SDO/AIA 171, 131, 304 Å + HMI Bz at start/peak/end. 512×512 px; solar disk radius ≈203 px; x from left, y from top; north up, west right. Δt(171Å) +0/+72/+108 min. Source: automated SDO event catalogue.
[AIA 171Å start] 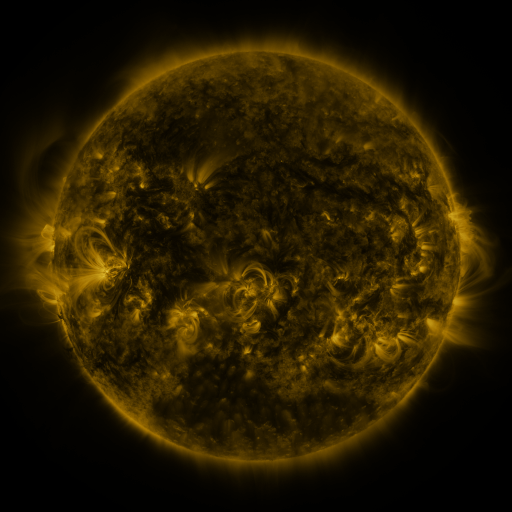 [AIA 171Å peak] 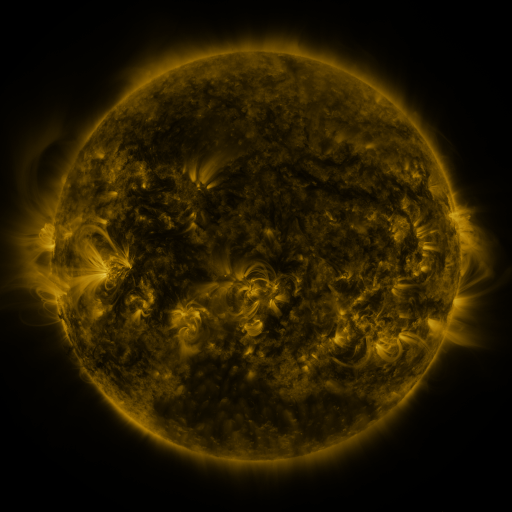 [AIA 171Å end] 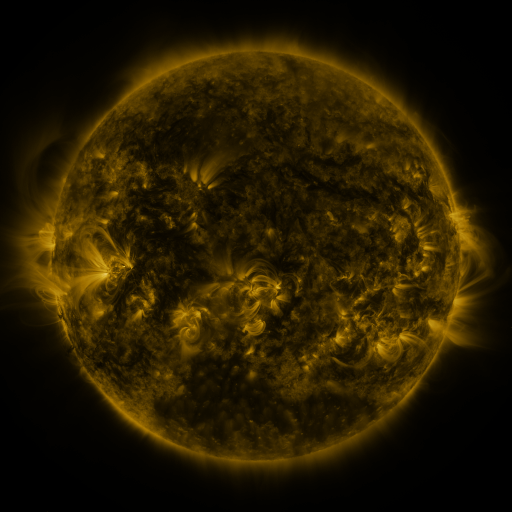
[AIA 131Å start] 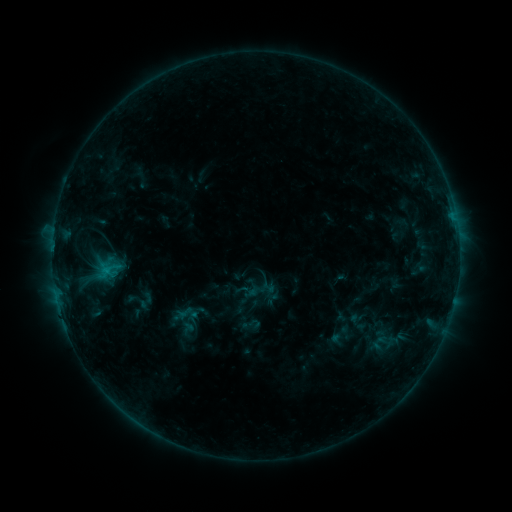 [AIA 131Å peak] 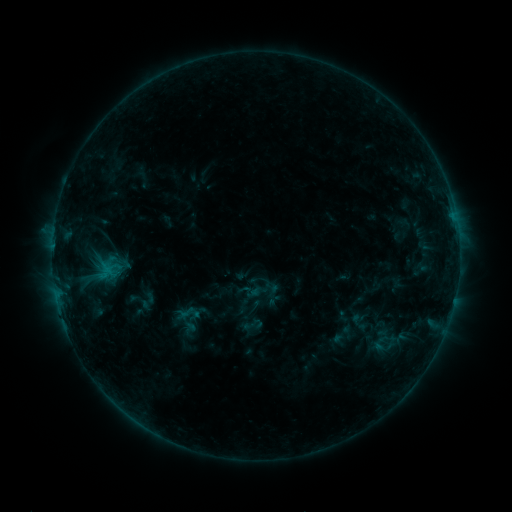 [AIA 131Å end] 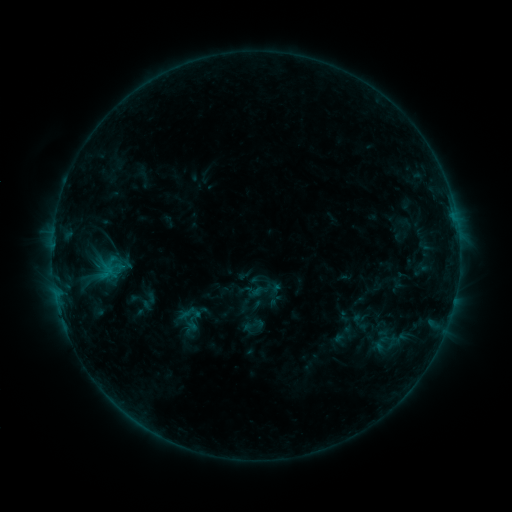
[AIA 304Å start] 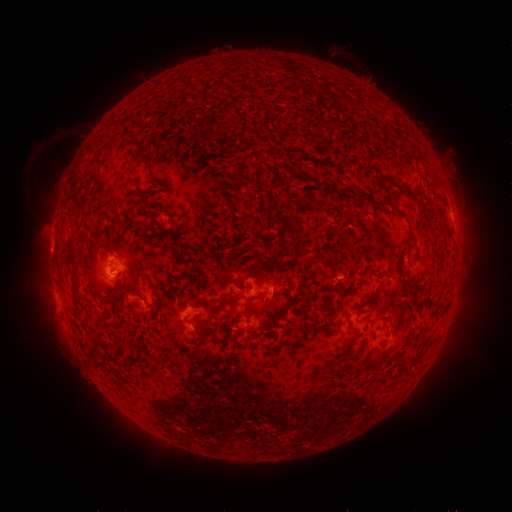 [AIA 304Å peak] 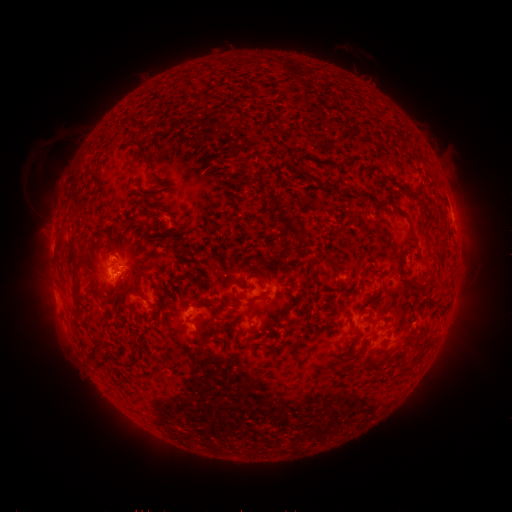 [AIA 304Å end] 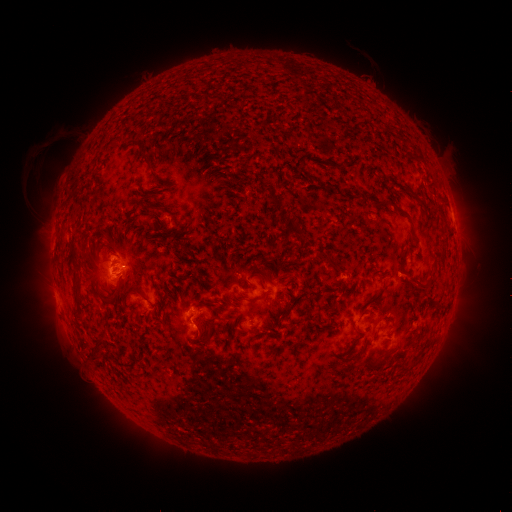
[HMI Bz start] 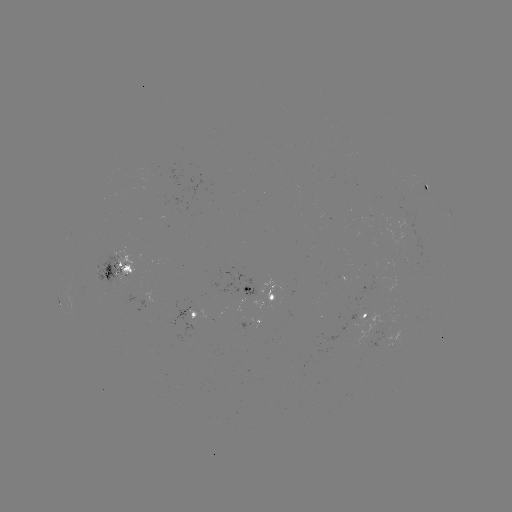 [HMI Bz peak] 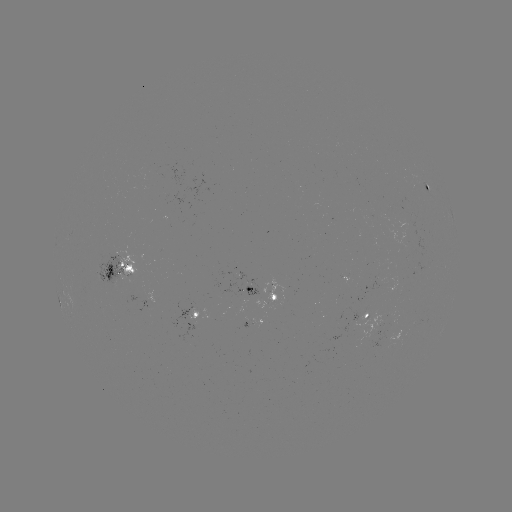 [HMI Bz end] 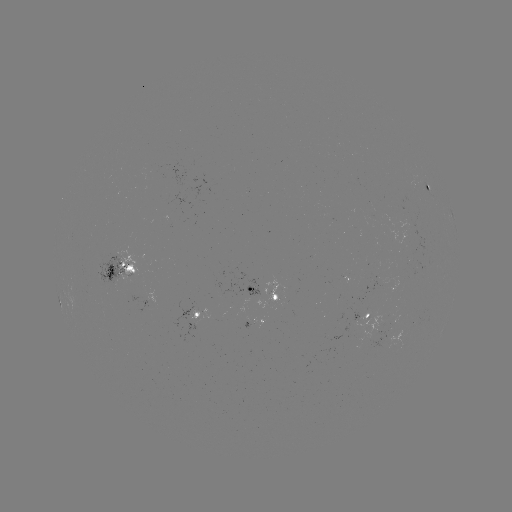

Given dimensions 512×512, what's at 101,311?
emerging-flux region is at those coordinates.